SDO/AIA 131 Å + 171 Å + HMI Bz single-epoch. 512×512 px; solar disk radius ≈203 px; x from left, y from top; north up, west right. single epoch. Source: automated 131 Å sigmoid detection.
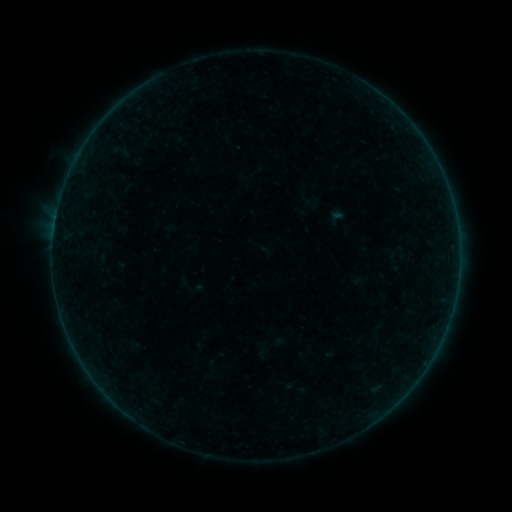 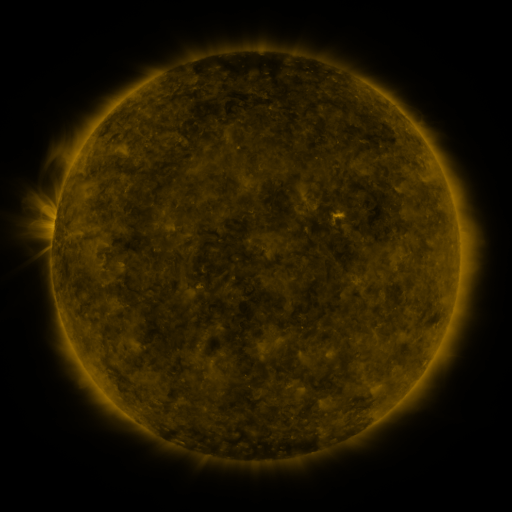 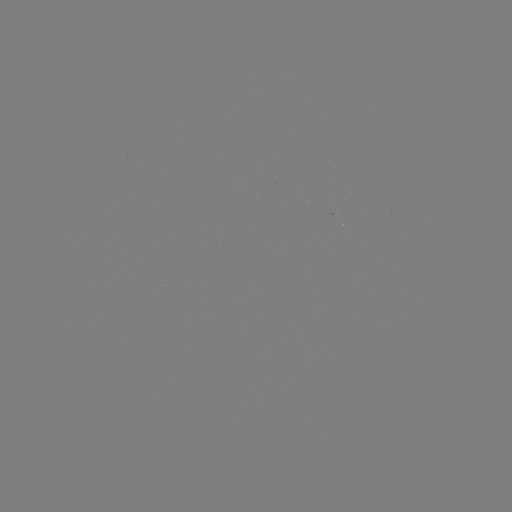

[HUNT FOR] sigmoid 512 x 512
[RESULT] (313, 202)